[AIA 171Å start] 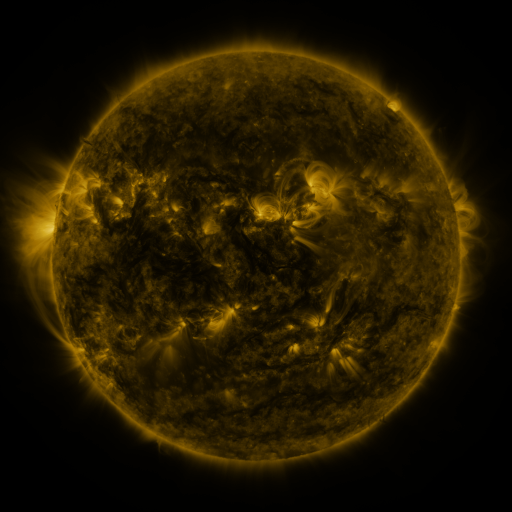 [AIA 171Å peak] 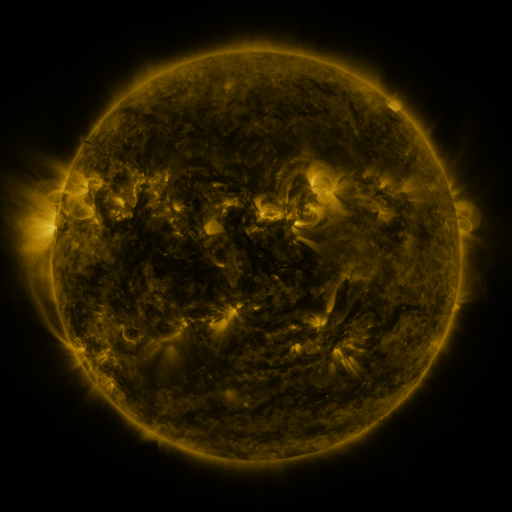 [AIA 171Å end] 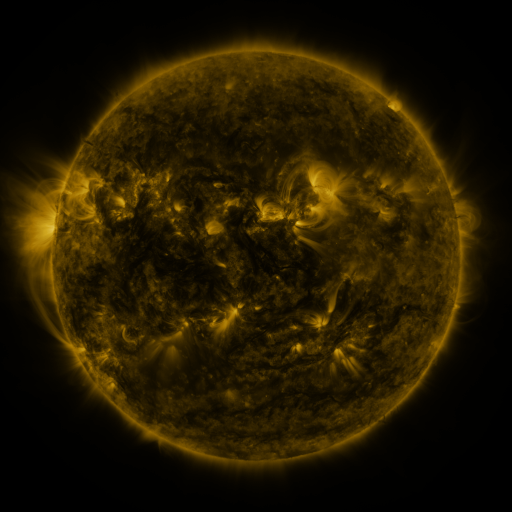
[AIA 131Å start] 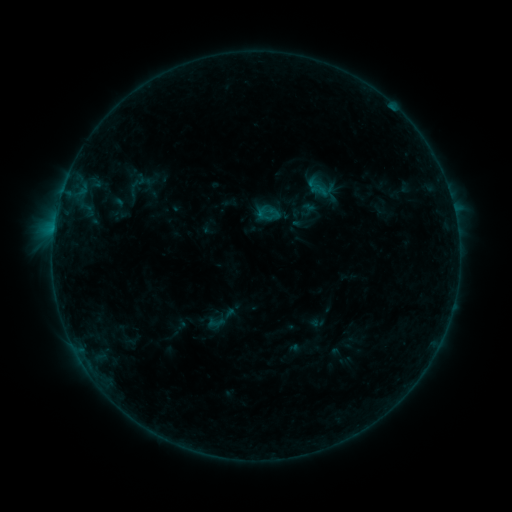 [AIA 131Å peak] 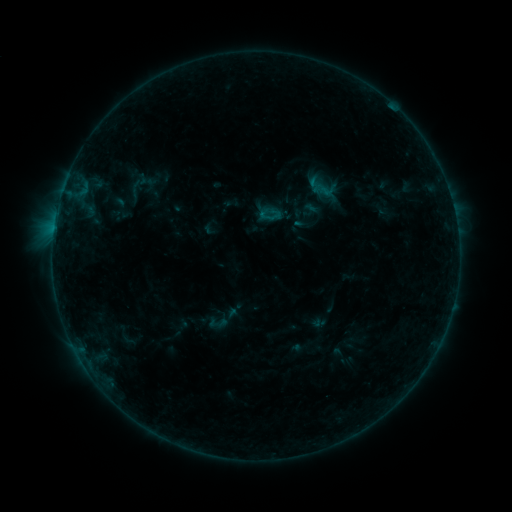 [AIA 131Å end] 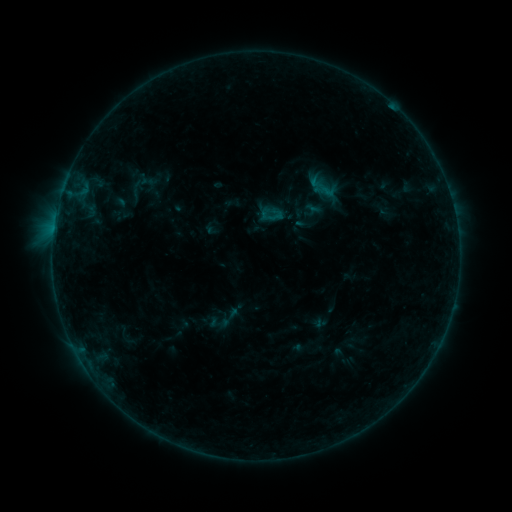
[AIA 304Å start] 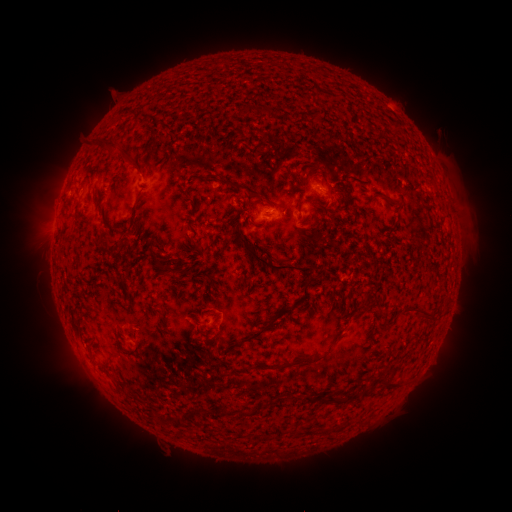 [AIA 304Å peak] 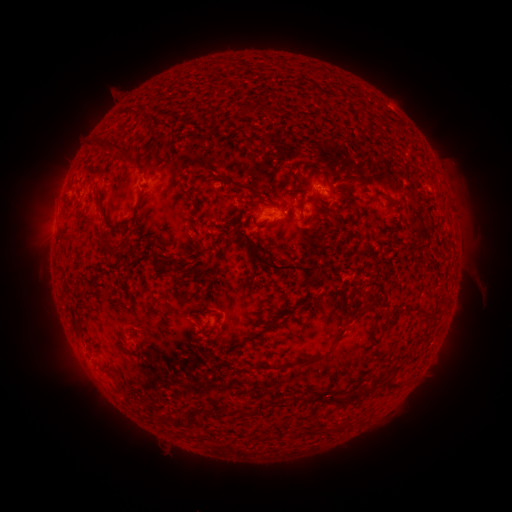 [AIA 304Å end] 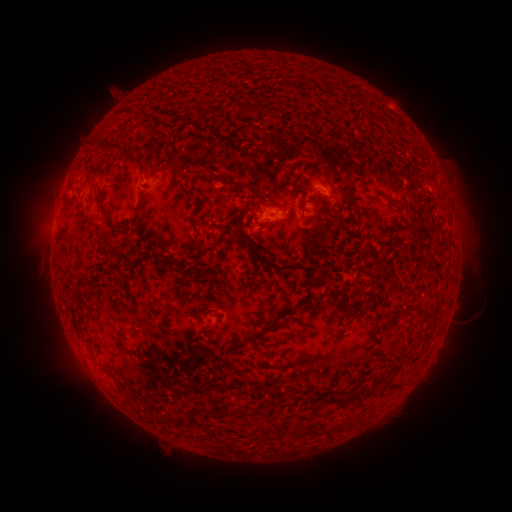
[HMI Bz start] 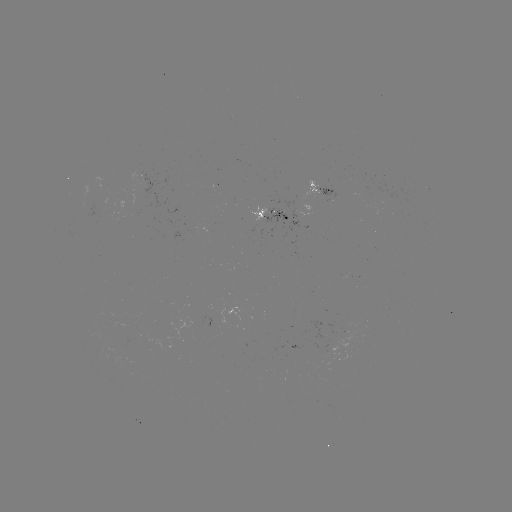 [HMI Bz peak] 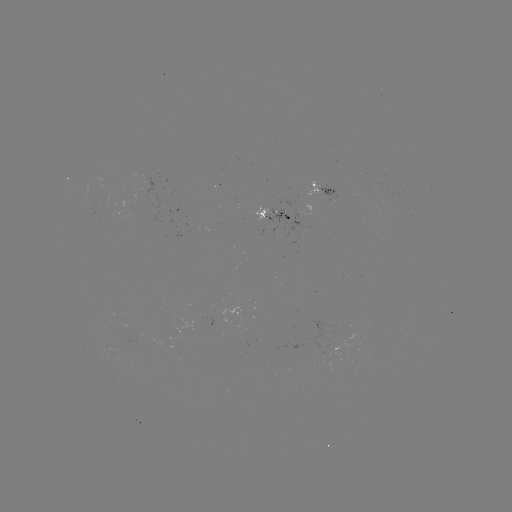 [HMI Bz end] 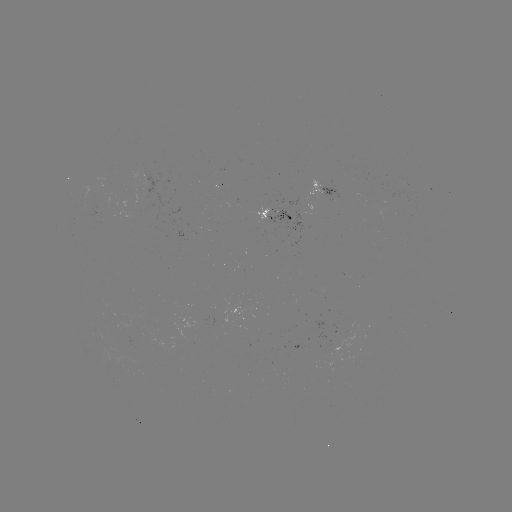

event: emerging-flux region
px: (144, 181)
